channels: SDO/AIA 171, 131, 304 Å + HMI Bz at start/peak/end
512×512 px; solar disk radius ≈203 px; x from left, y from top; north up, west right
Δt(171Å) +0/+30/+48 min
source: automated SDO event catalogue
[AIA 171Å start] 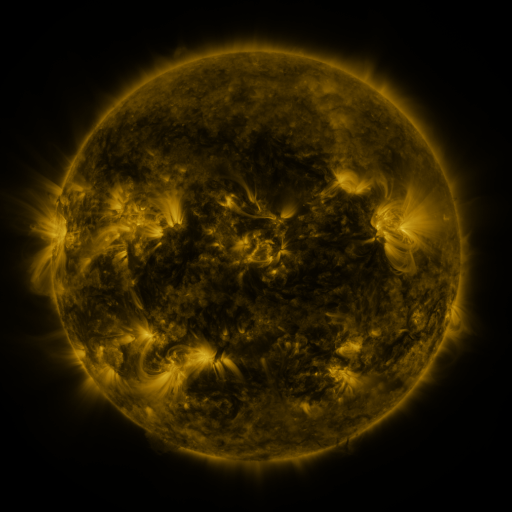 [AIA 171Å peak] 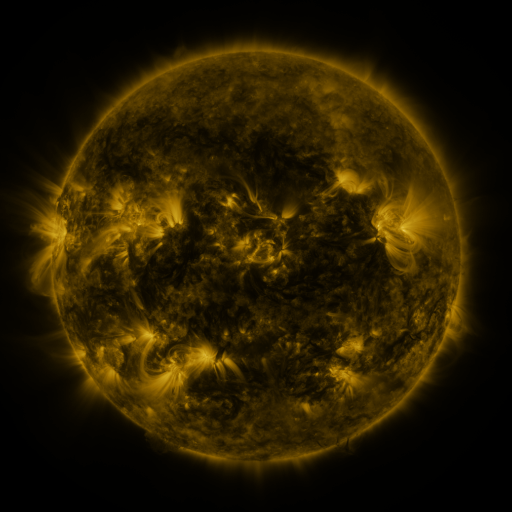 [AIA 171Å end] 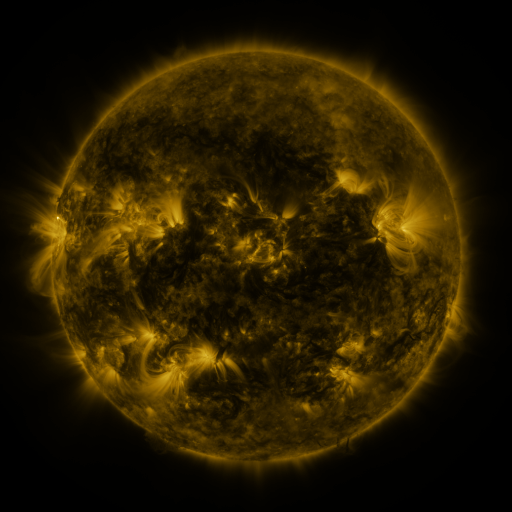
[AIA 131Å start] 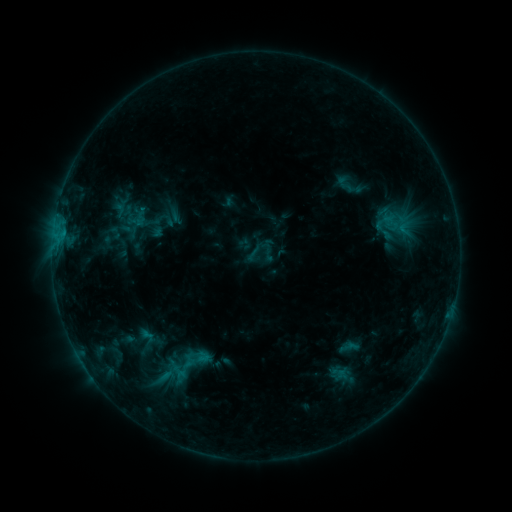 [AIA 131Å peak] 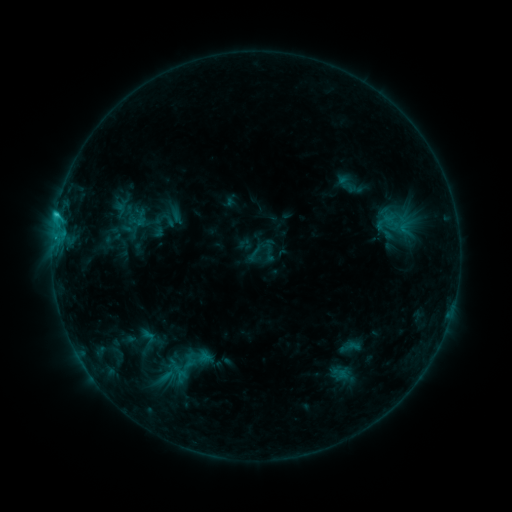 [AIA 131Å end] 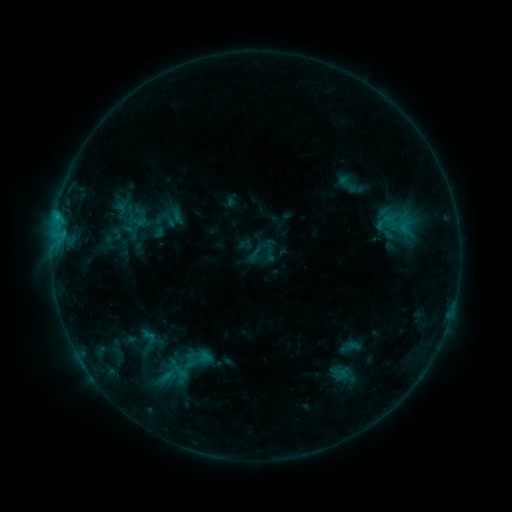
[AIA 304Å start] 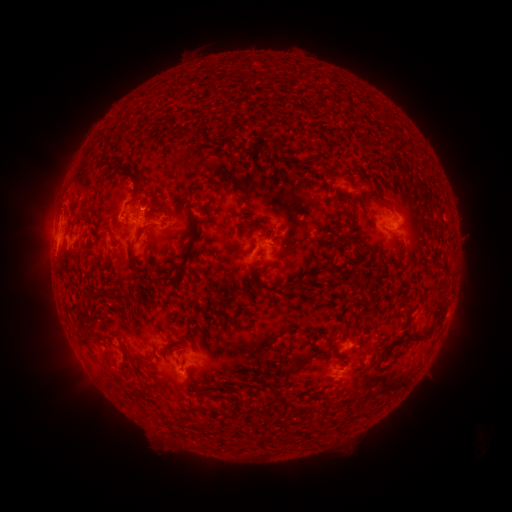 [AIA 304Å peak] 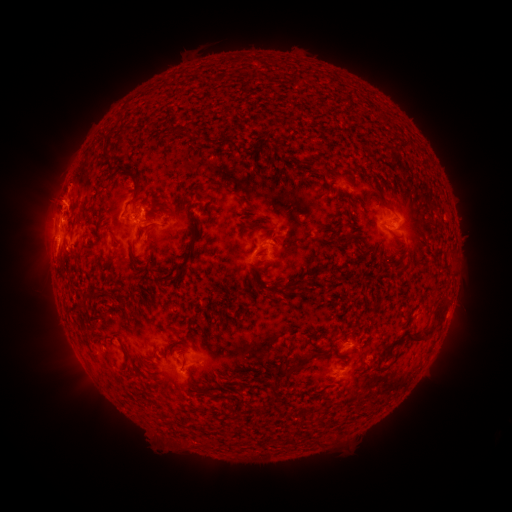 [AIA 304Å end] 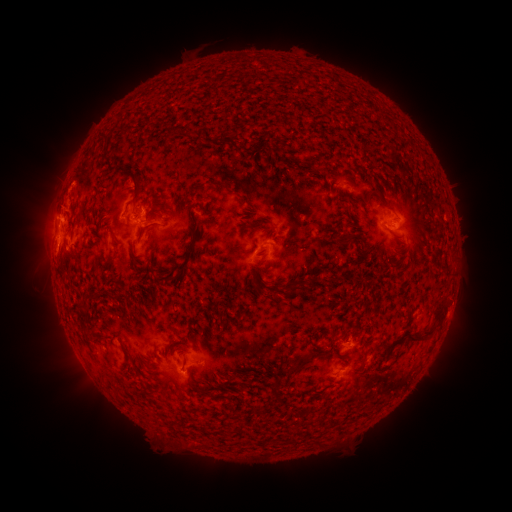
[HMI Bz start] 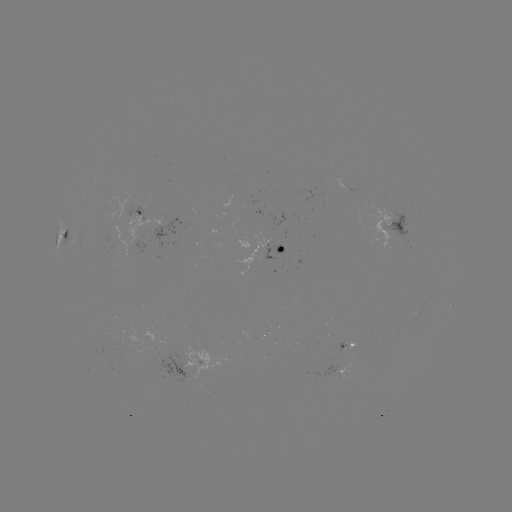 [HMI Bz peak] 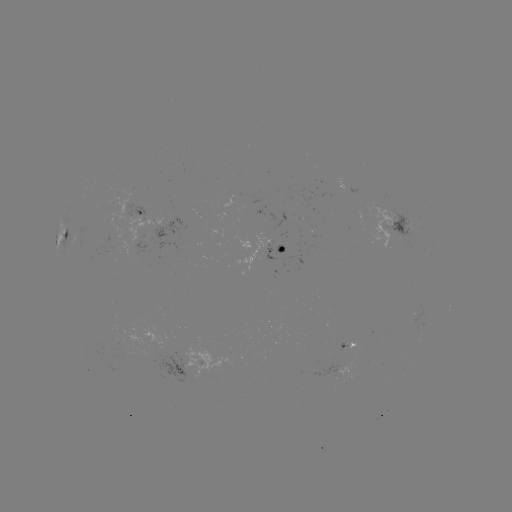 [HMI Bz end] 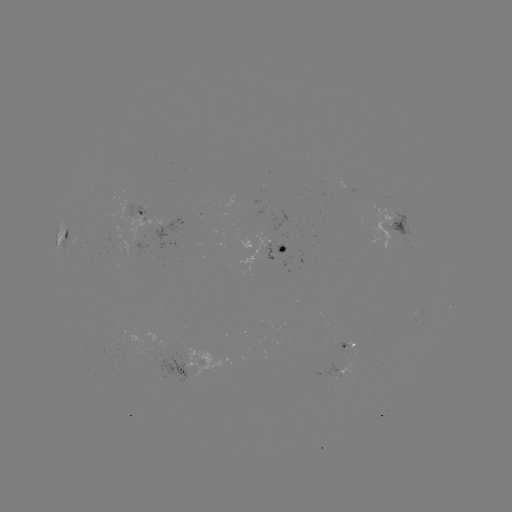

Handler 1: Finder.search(C1.4 flare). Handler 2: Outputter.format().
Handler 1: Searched C1.4 flare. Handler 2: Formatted (56, 217).